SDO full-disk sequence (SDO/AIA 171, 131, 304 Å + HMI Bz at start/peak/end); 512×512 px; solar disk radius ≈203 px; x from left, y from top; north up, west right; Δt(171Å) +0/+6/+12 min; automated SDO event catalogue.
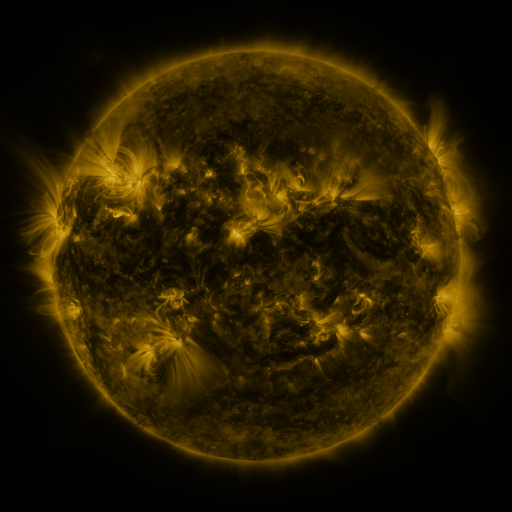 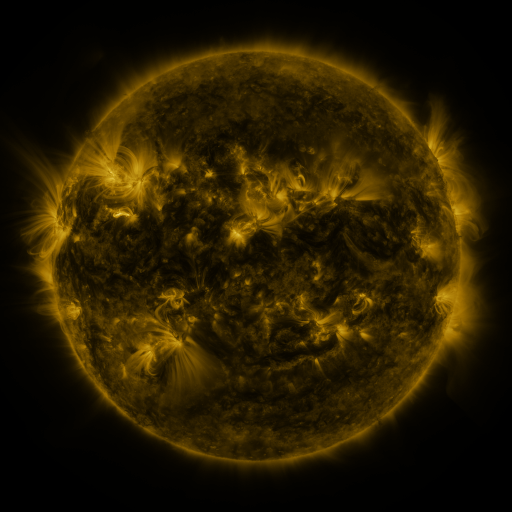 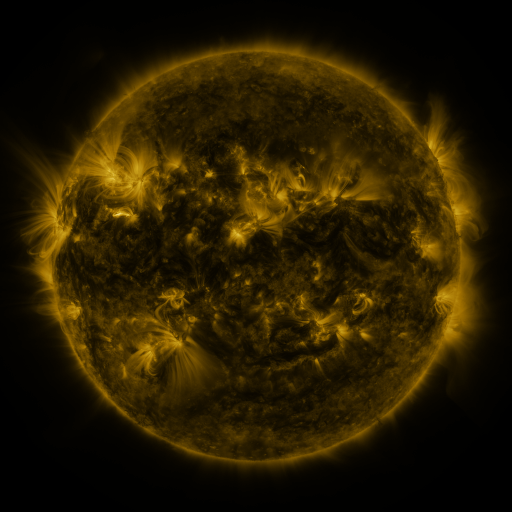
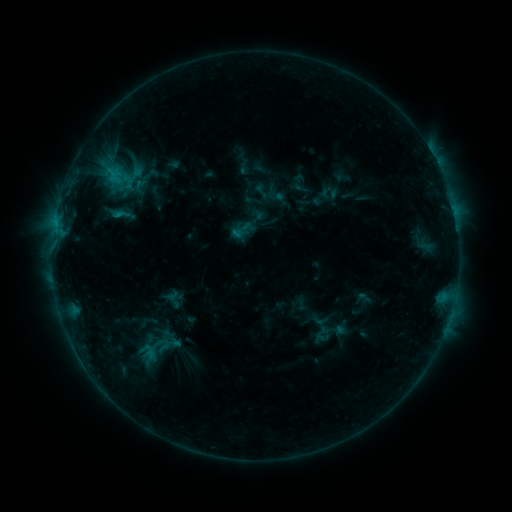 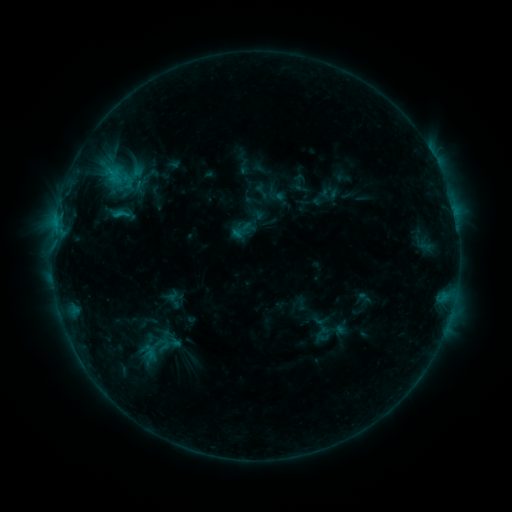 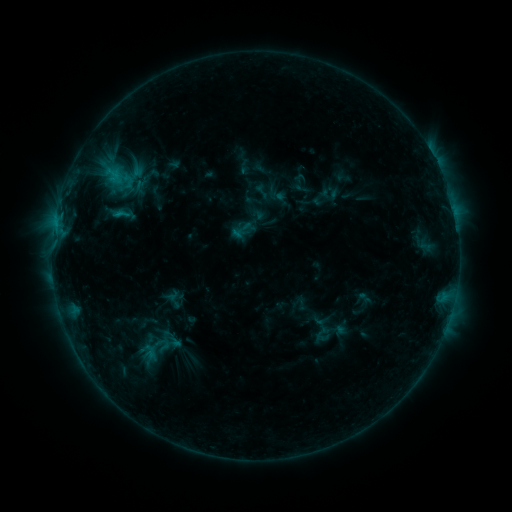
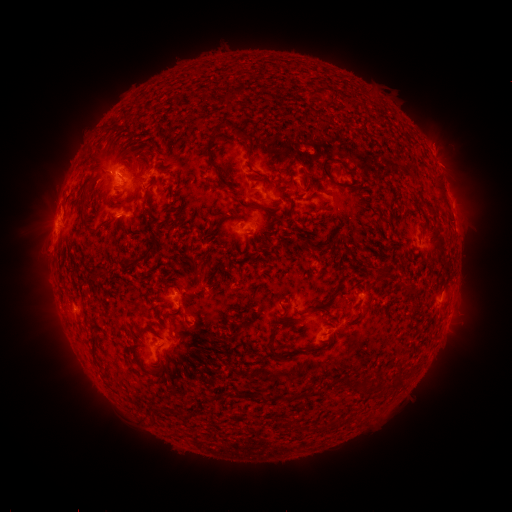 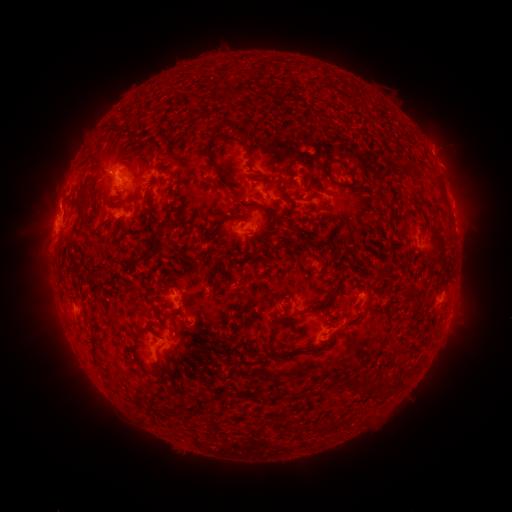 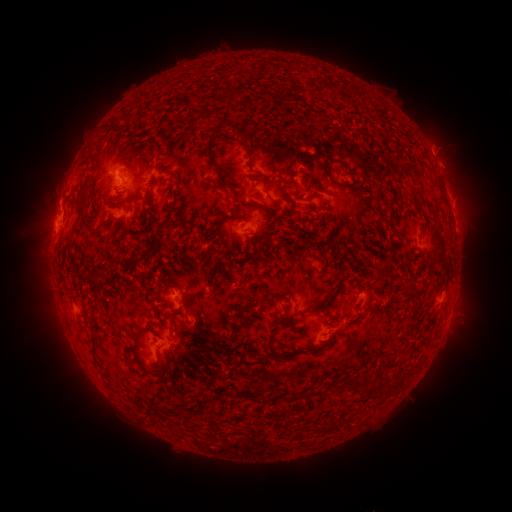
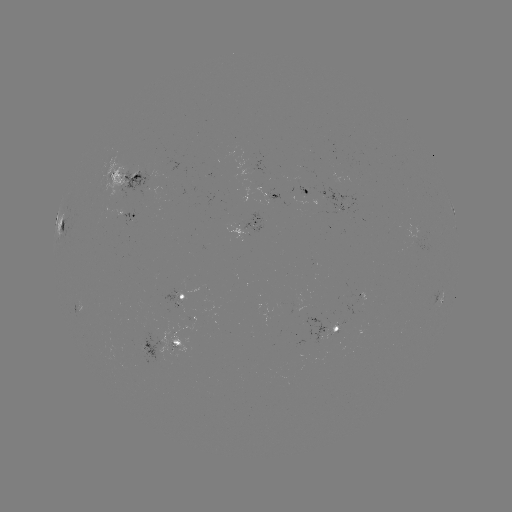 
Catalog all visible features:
eruption: (55, 203)
